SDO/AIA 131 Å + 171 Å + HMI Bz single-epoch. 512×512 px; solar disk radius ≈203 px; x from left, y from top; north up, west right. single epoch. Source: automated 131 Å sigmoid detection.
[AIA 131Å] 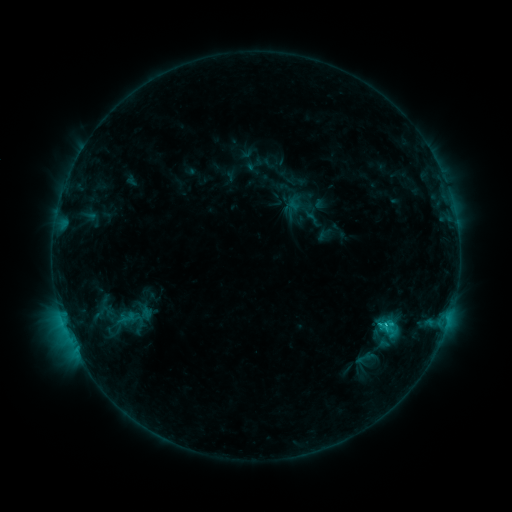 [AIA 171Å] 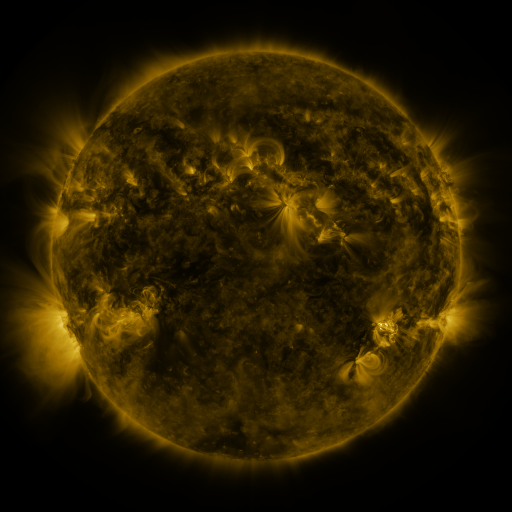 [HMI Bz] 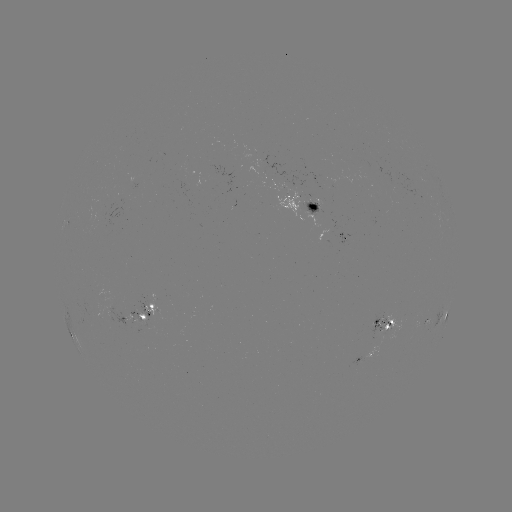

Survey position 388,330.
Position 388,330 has sigmoid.